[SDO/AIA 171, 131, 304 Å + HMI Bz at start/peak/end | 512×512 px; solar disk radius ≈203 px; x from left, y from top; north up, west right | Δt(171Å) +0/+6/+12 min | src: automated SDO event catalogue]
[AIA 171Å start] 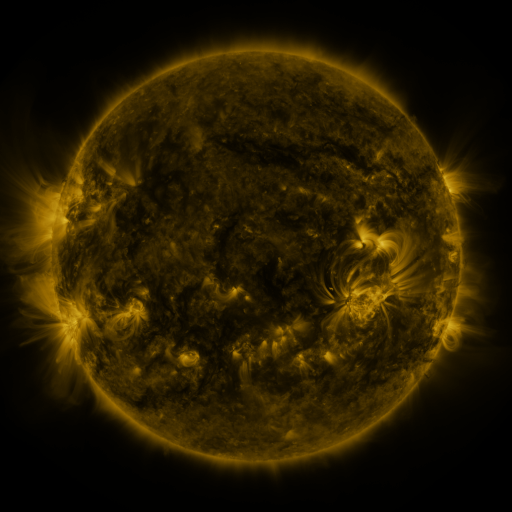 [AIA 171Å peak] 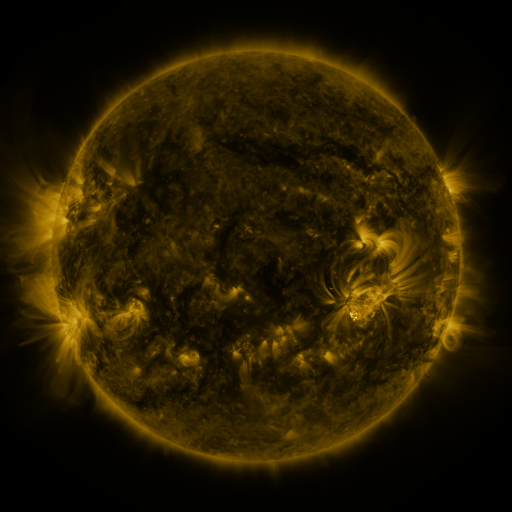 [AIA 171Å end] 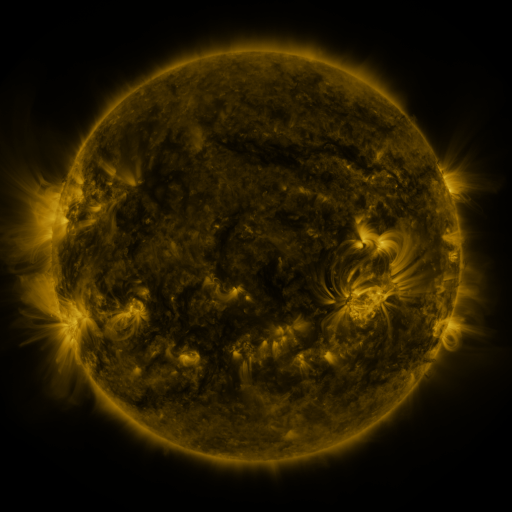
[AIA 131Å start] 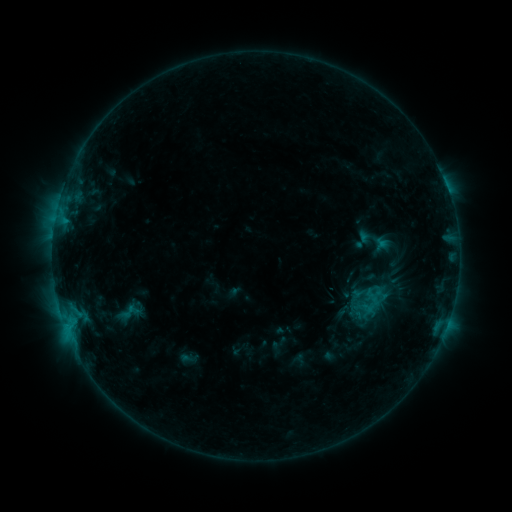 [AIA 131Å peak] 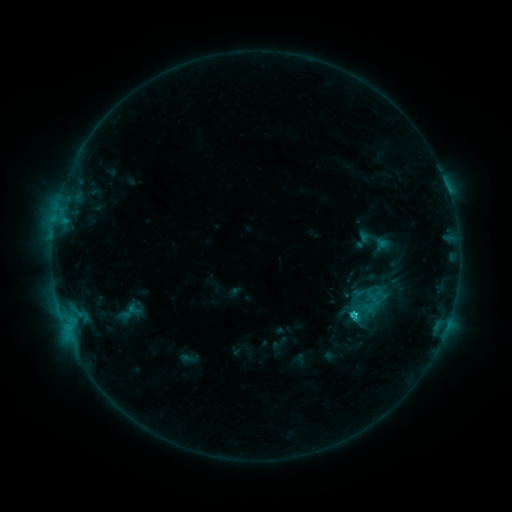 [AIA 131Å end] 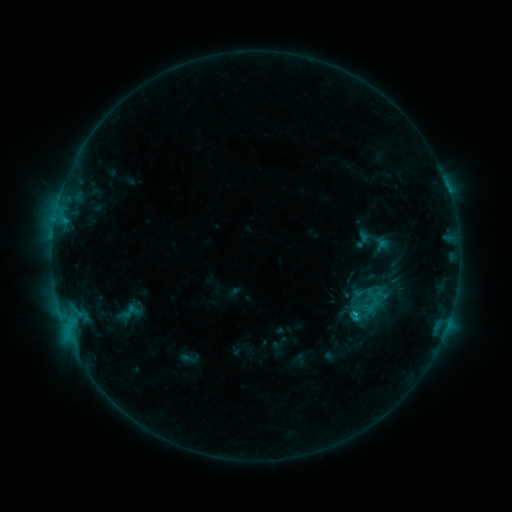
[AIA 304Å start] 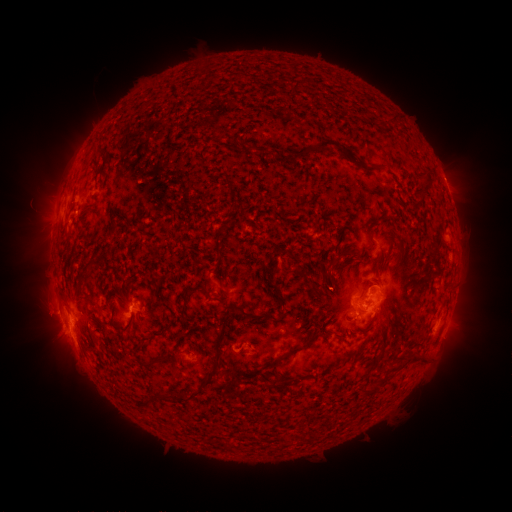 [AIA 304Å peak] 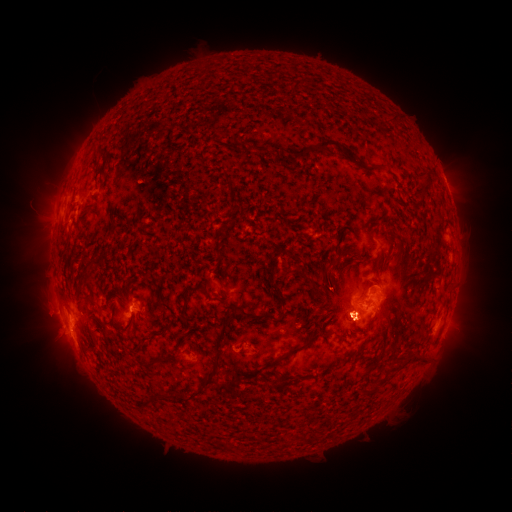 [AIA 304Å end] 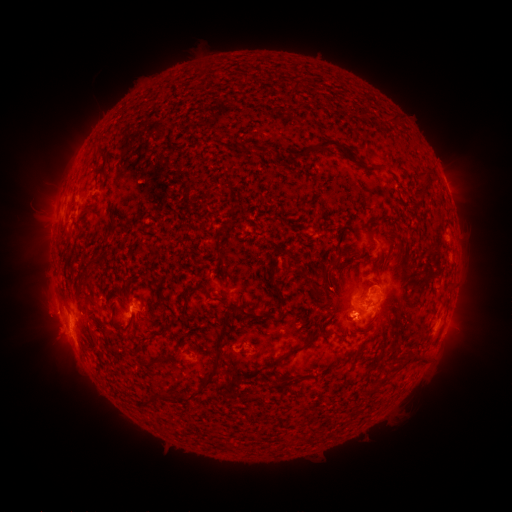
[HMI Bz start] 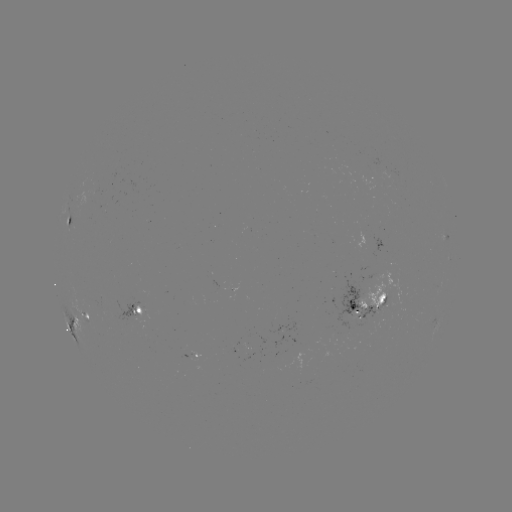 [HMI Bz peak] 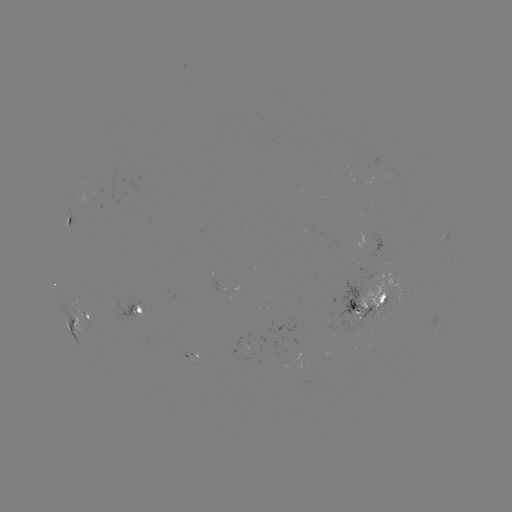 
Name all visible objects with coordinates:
C2.3 flare: (351, 315)
